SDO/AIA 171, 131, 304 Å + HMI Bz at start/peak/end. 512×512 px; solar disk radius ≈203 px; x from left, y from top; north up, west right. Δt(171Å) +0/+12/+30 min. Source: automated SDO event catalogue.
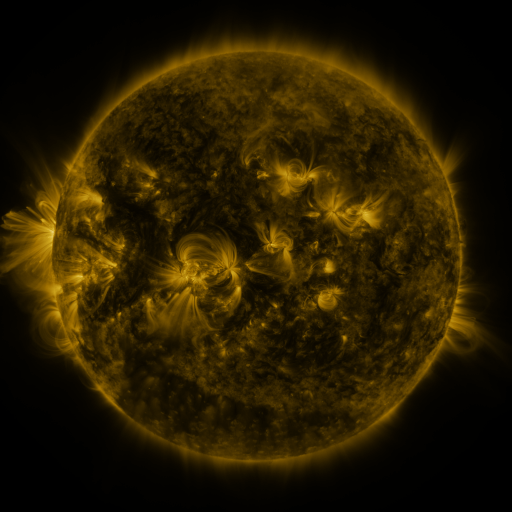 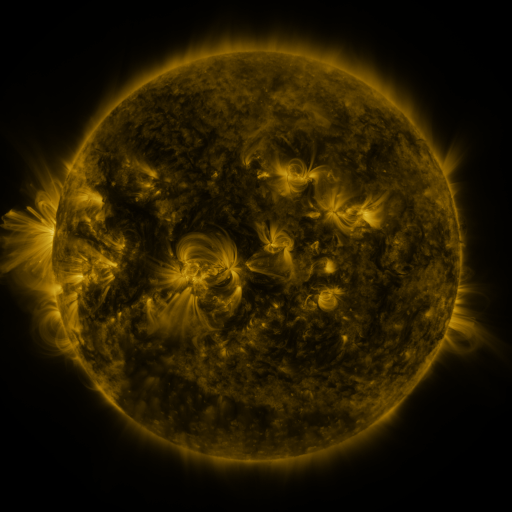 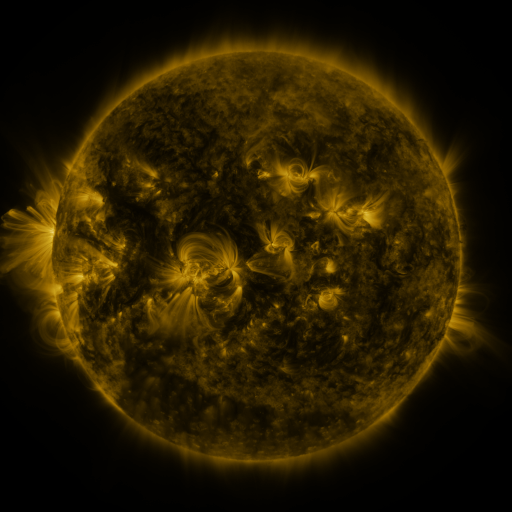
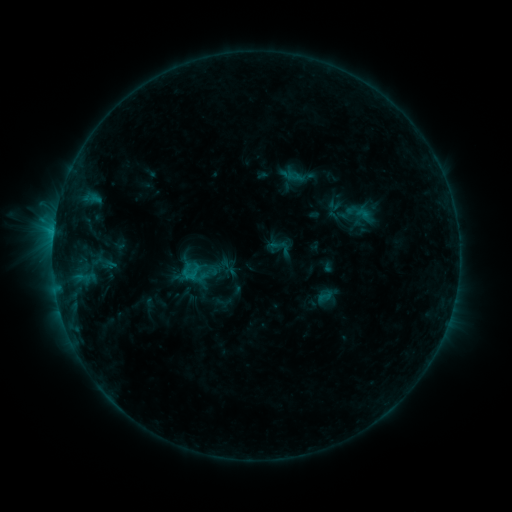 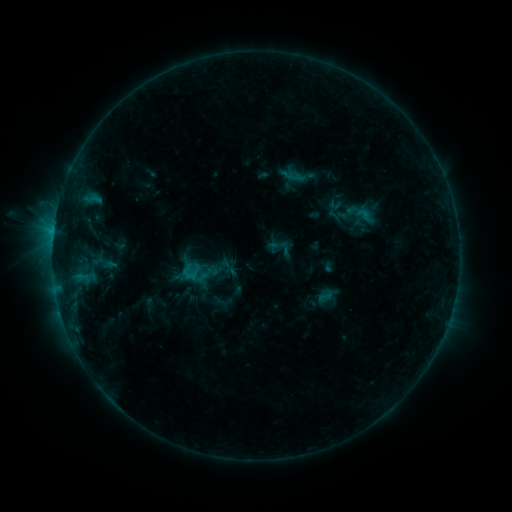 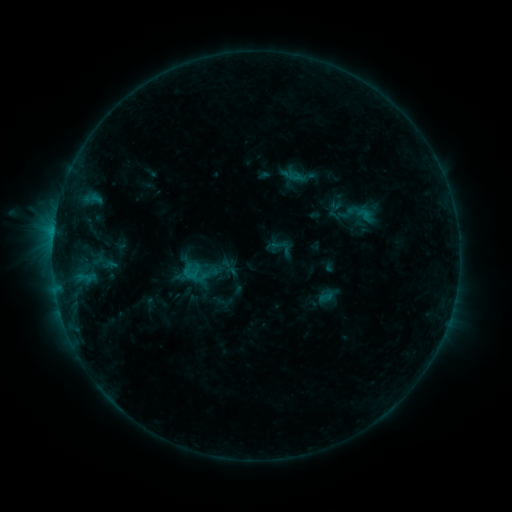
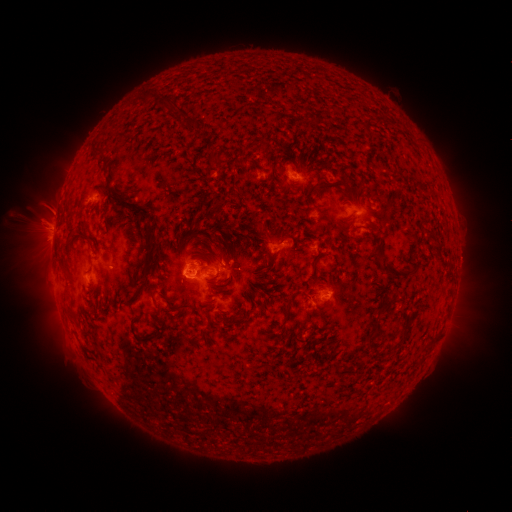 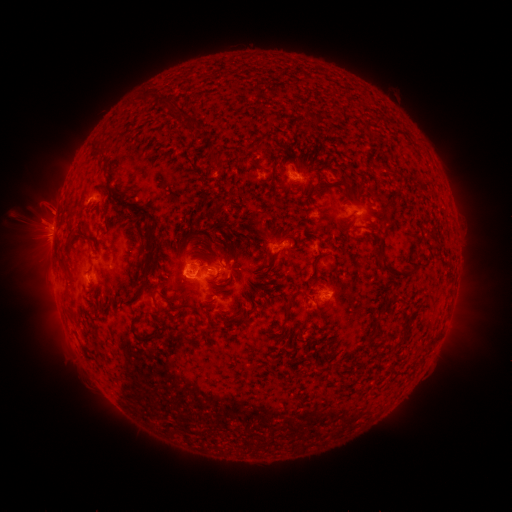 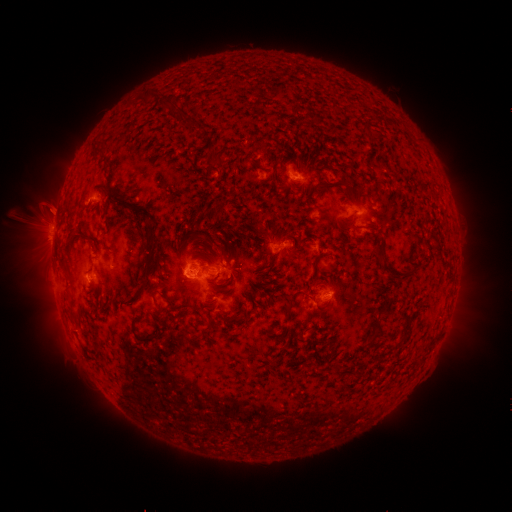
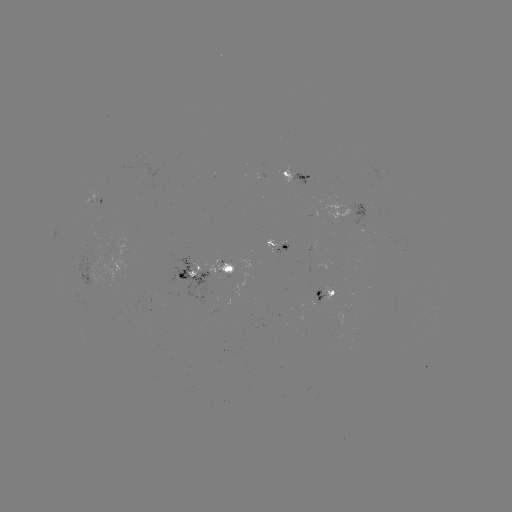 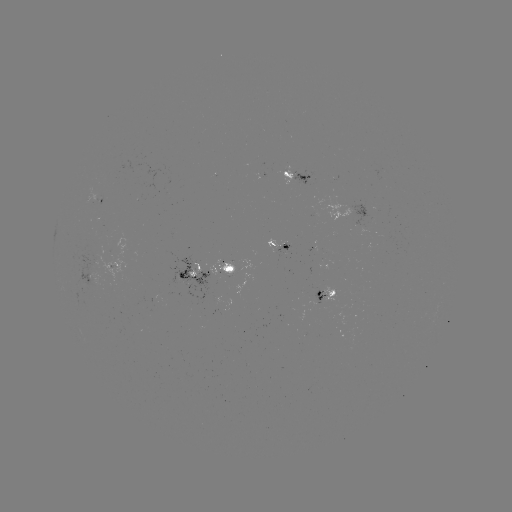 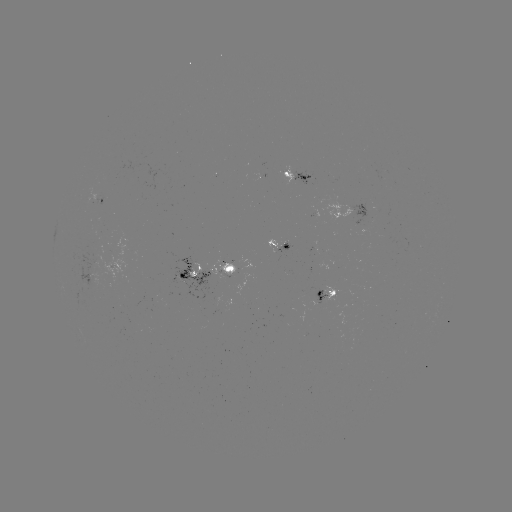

no flare in any classed list; no EUV-trigger detection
